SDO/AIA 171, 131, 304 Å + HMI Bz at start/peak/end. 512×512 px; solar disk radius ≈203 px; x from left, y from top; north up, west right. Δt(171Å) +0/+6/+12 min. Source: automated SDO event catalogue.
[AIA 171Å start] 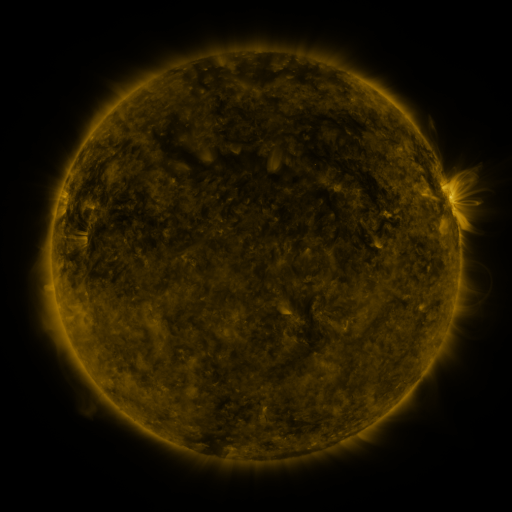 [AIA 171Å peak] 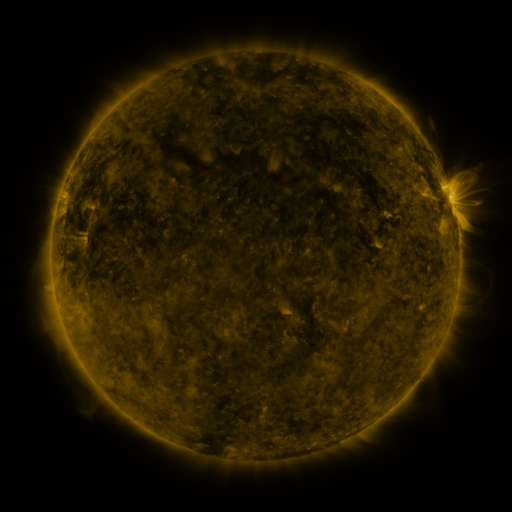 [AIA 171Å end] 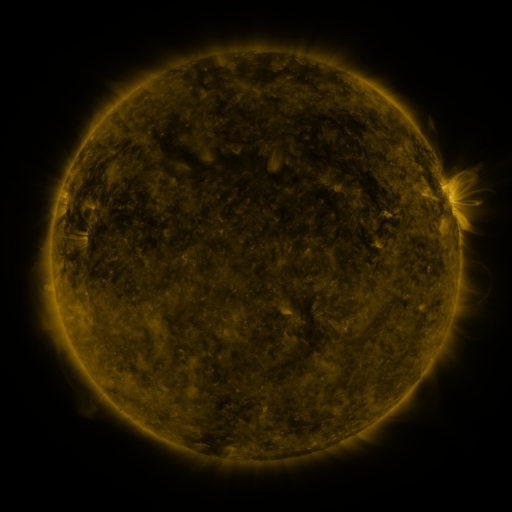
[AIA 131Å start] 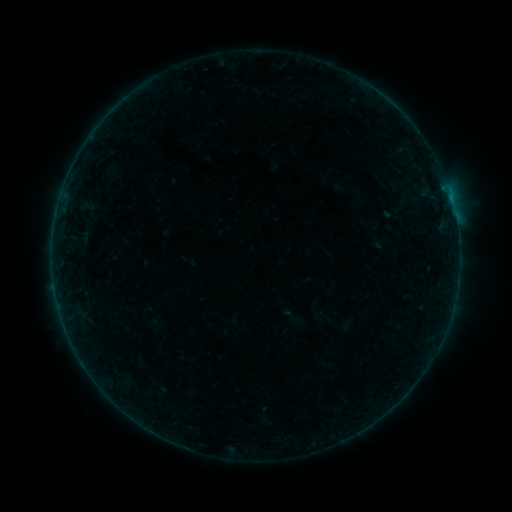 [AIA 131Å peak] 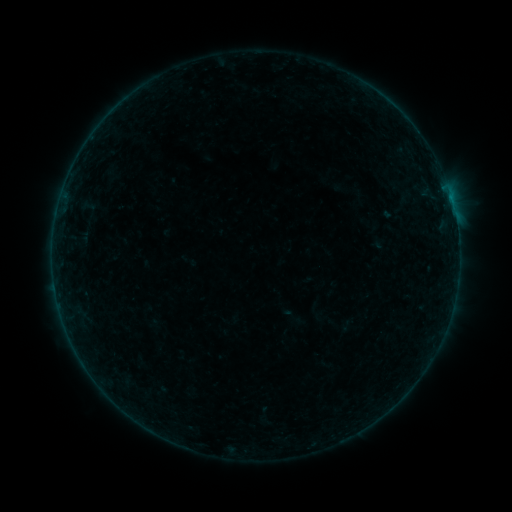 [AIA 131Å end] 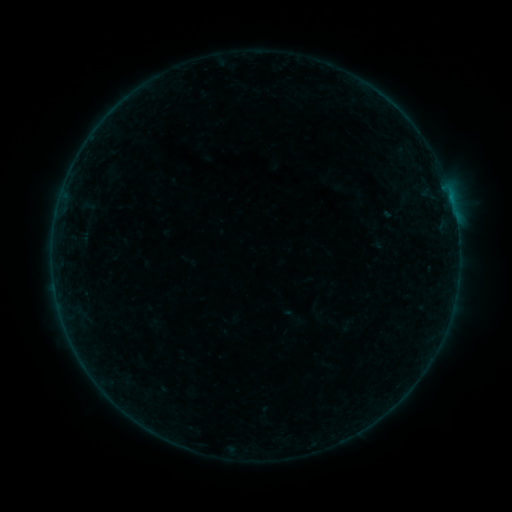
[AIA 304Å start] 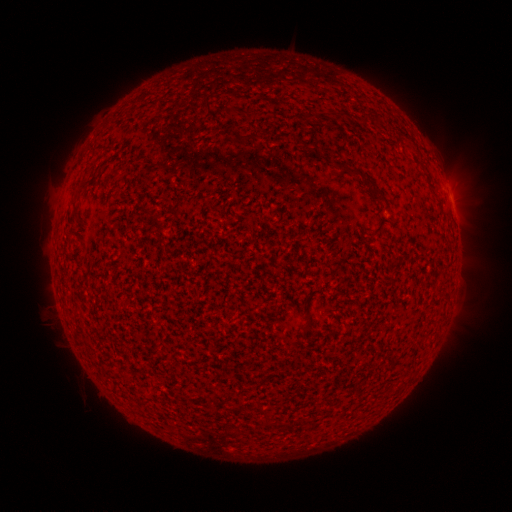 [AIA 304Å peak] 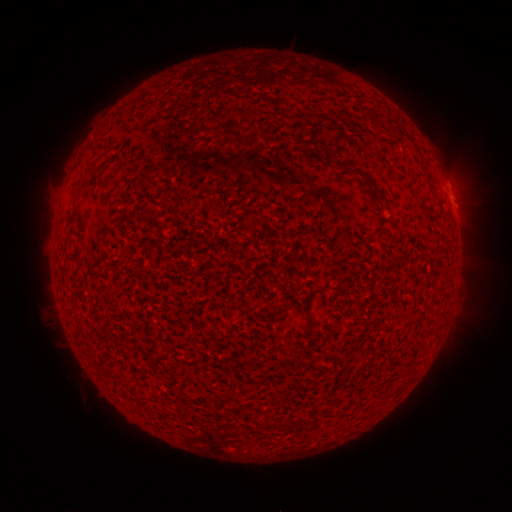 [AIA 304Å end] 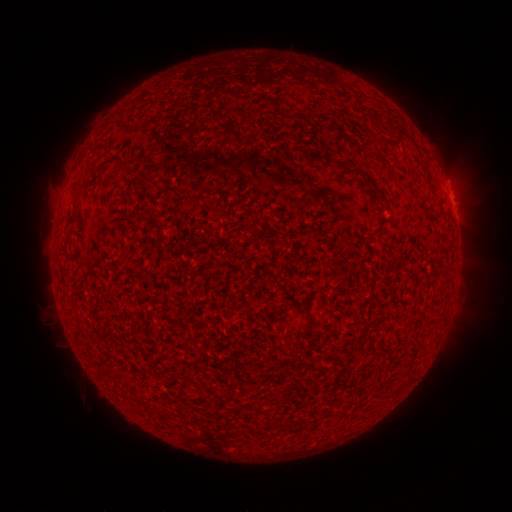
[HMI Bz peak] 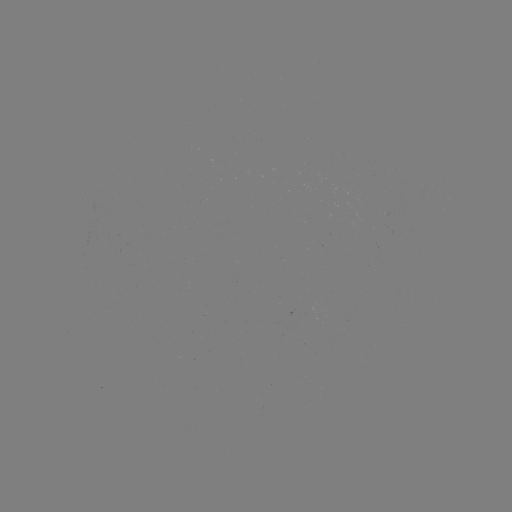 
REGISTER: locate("B1.3 flare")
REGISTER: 456,221